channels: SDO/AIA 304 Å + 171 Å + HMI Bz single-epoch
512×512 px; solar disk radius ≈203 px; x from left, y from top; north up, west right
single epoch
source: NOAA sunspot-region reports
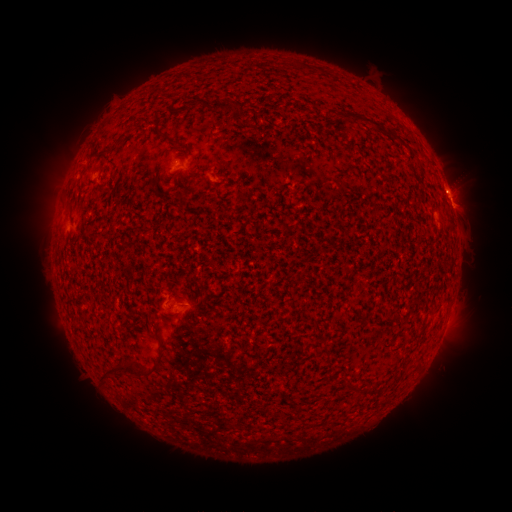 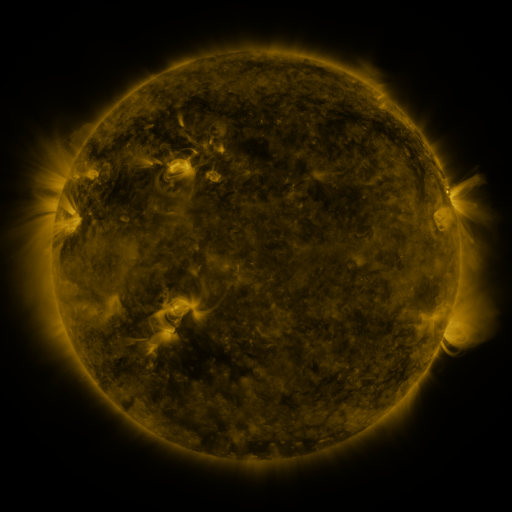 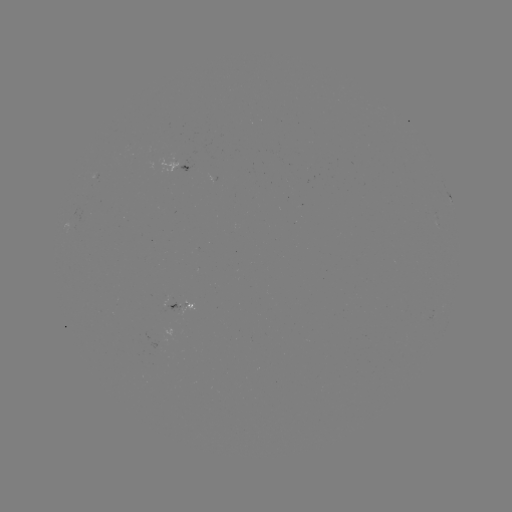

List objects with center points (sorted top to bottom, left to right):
spotted active region: (185, 159)
spotted active region: (452, 202)
spotted active region: (178, 284)
